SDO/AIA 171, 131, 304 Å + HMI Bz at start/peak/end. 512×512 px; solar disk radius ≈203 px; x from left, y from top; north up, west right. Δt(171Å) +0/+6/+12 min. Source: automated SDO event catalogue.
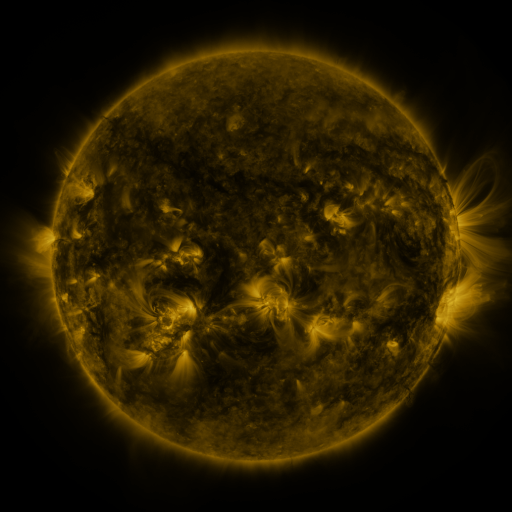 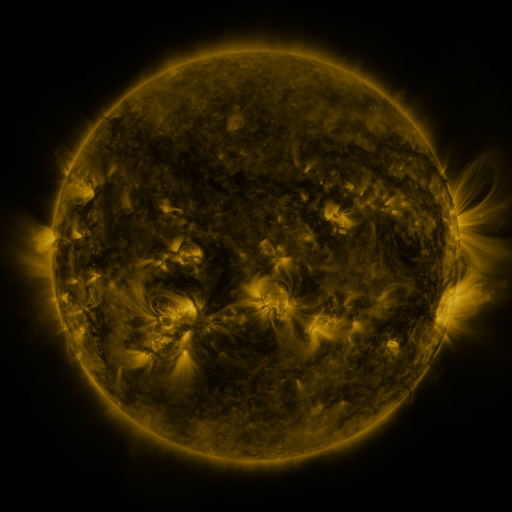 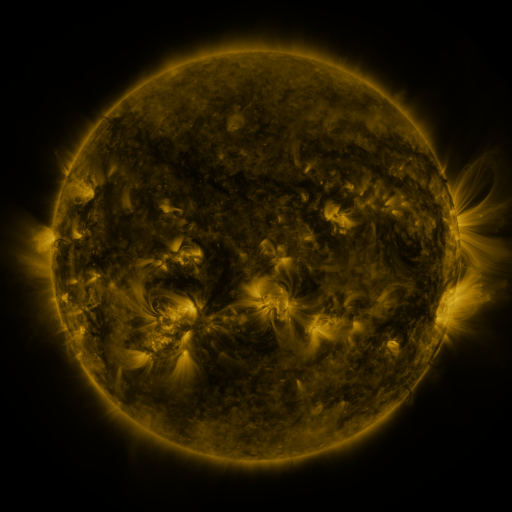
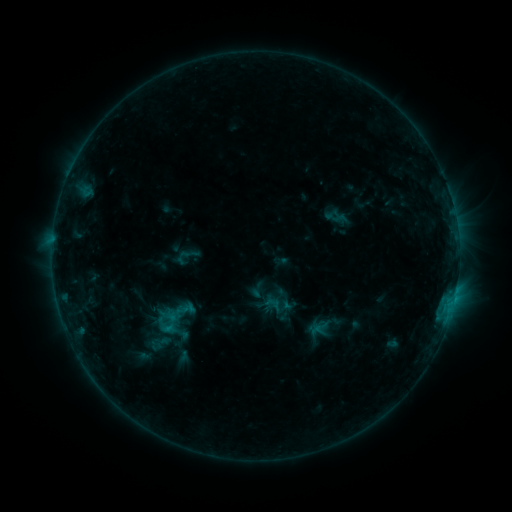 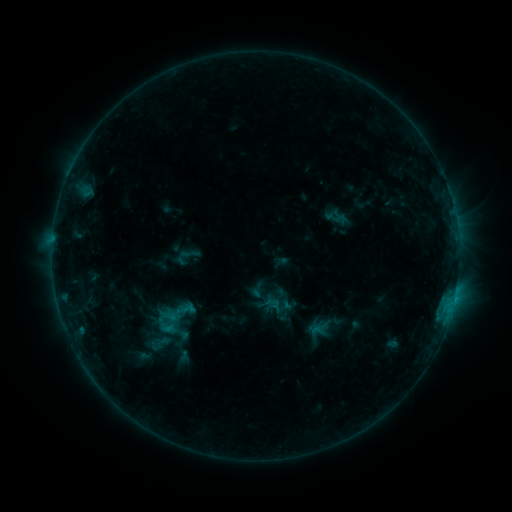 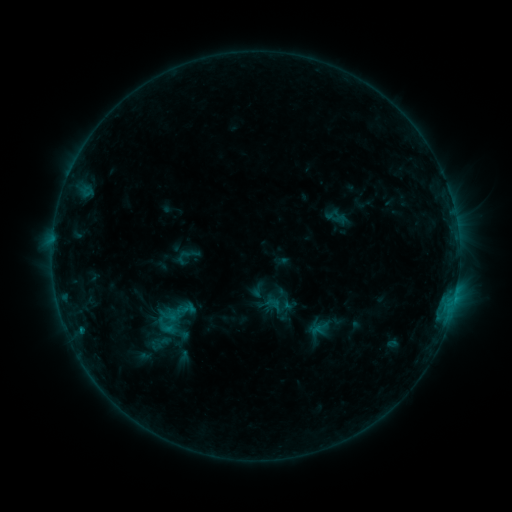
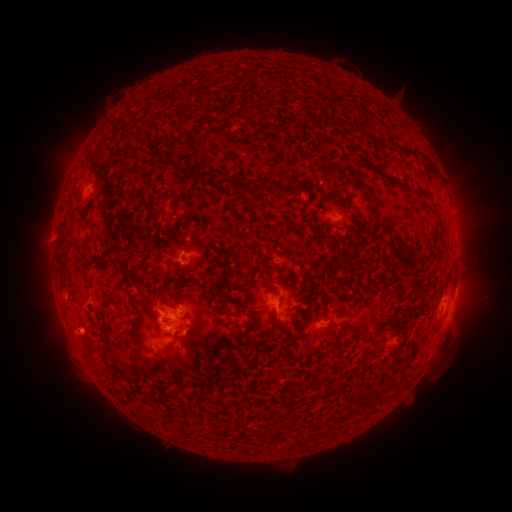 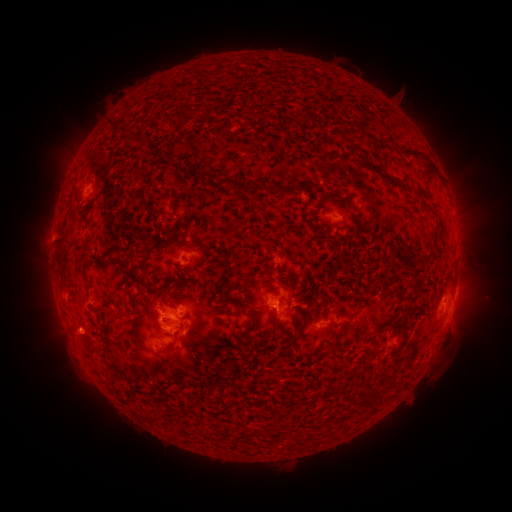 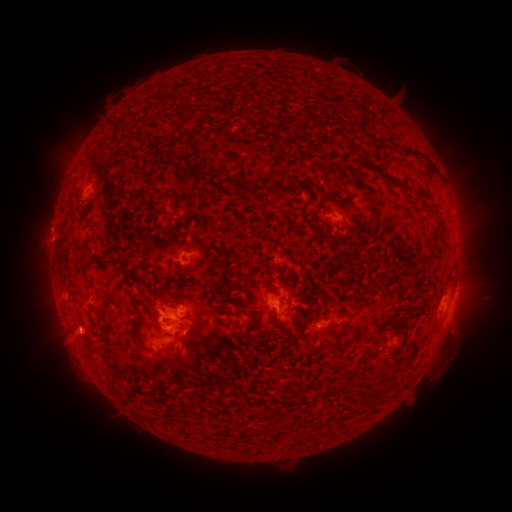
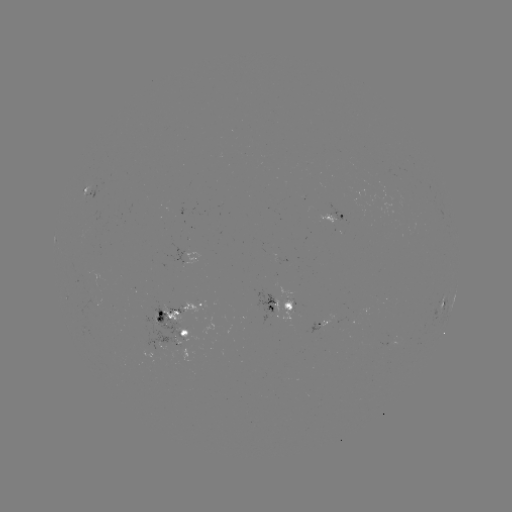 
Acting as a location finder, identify eruption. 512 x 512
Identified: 72,340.